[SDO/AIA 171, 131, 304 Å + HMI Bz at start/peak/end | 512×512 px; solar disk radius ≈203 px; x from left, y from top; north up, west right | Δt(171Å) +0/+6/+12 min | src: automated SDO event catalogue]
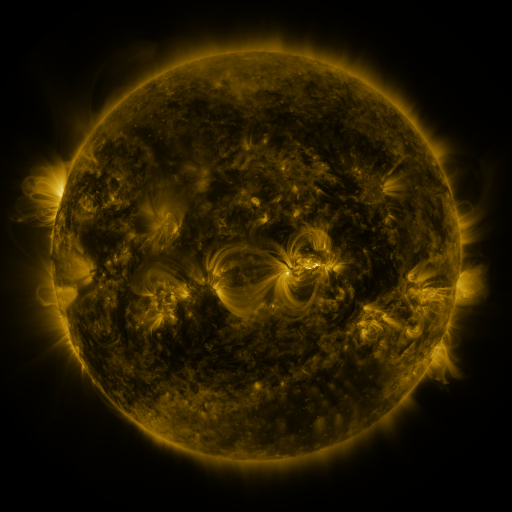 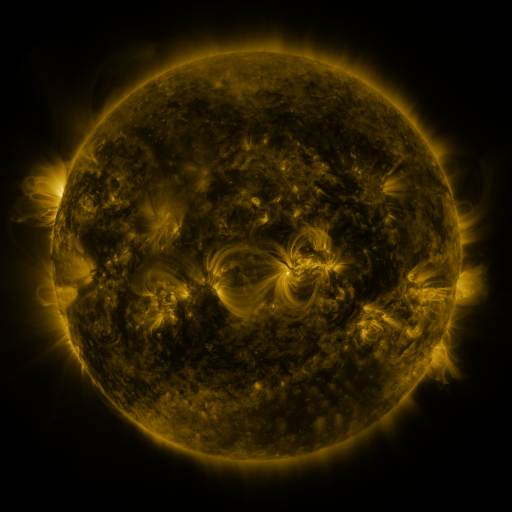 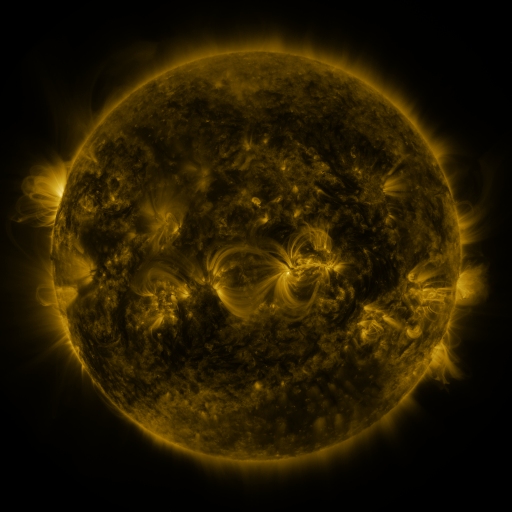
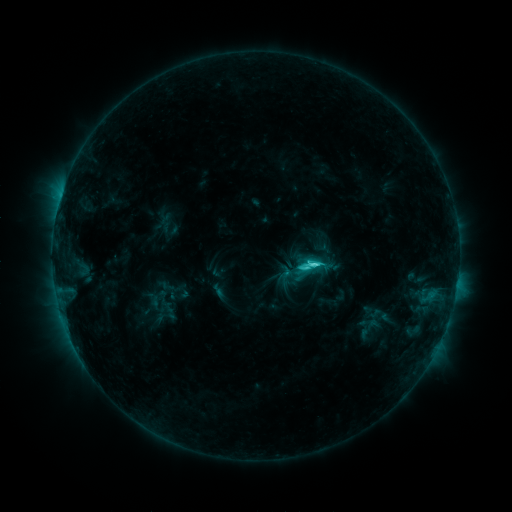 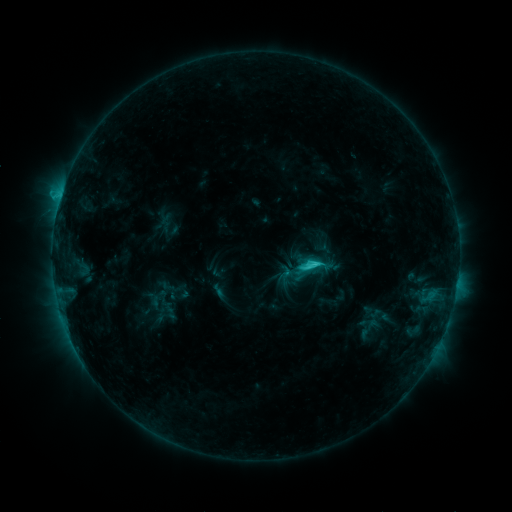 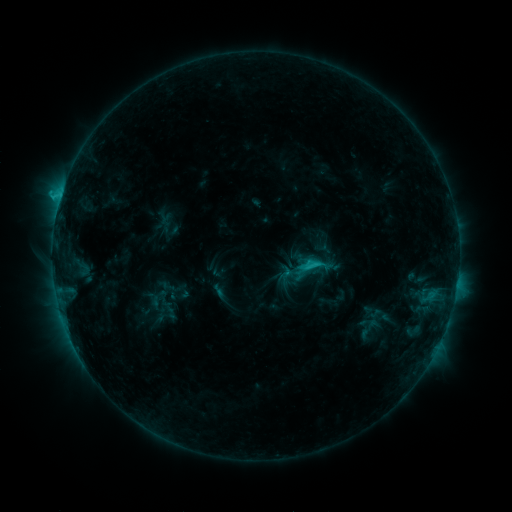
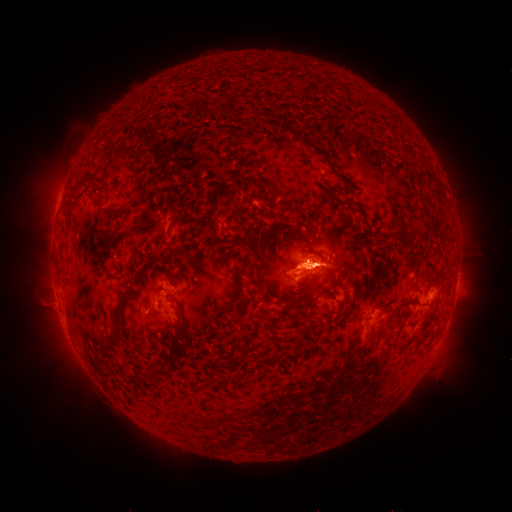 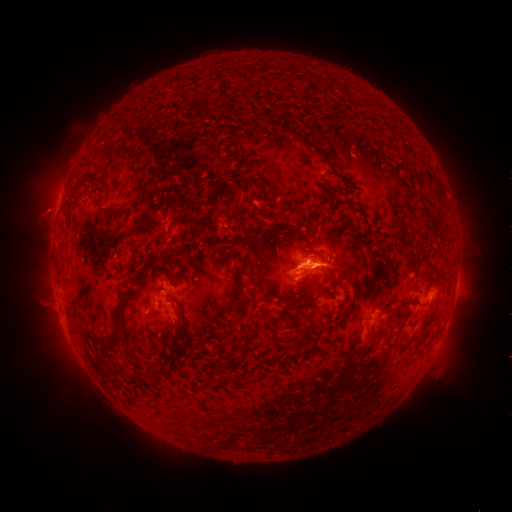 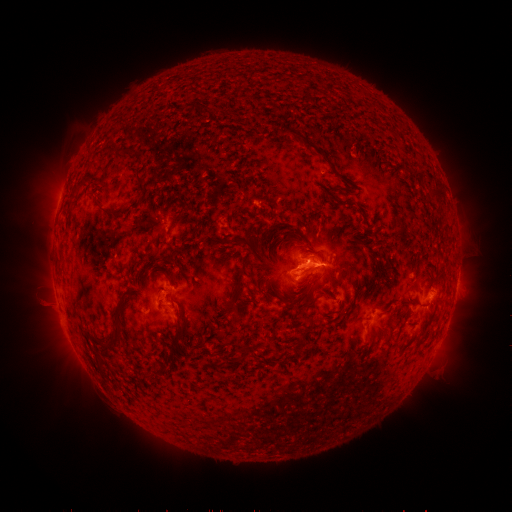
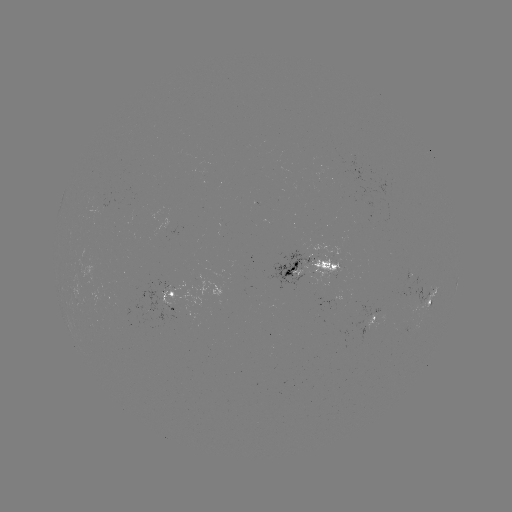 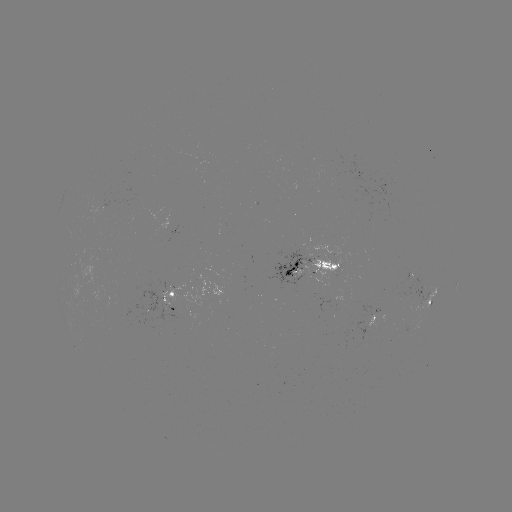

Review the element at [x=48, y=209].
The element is eruption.